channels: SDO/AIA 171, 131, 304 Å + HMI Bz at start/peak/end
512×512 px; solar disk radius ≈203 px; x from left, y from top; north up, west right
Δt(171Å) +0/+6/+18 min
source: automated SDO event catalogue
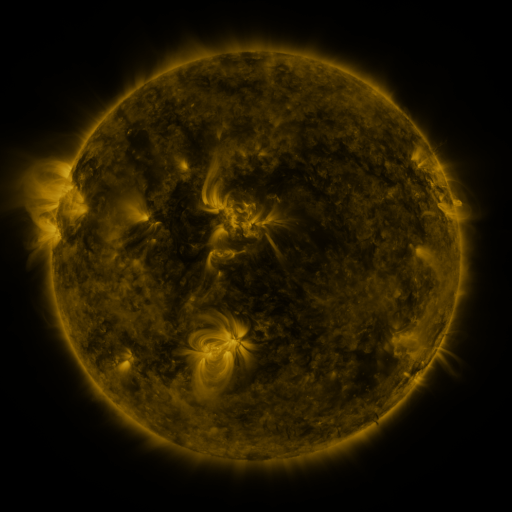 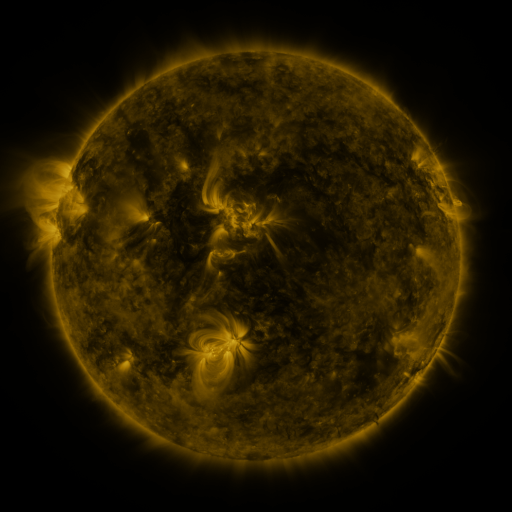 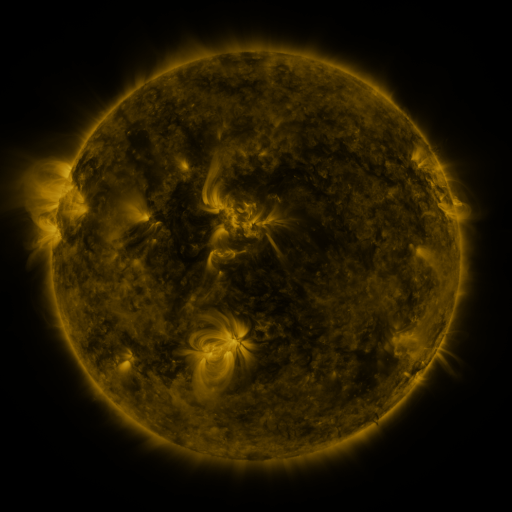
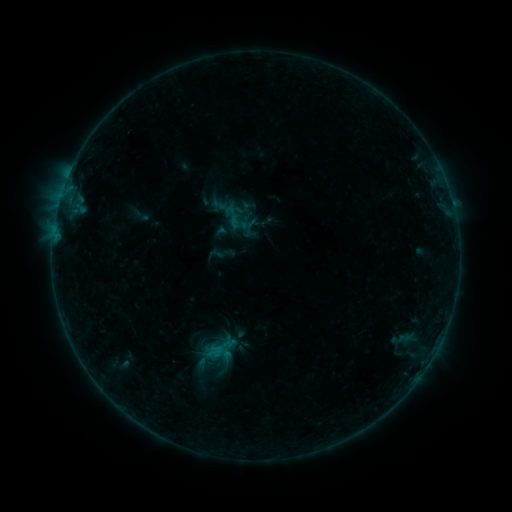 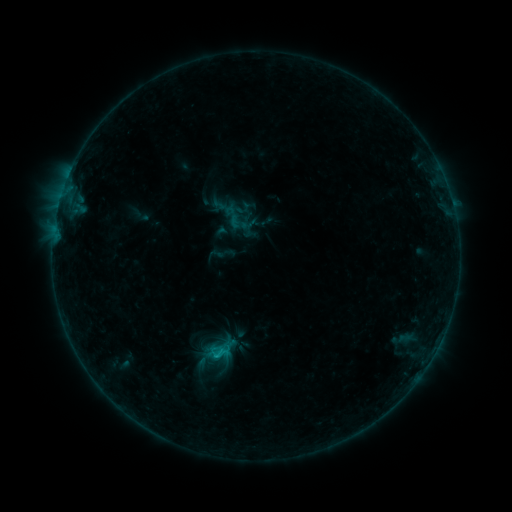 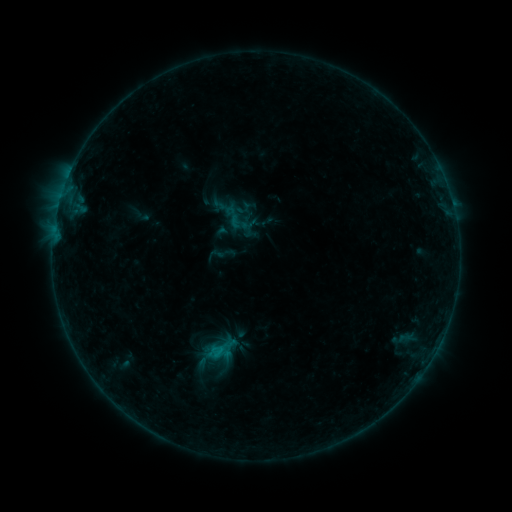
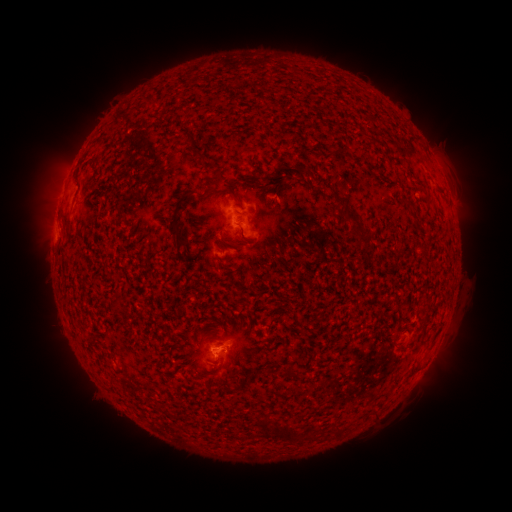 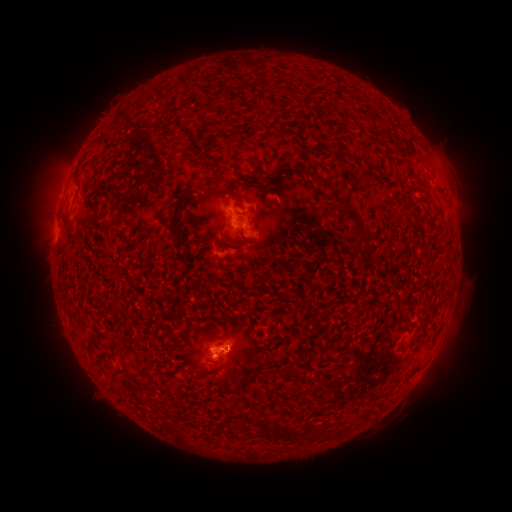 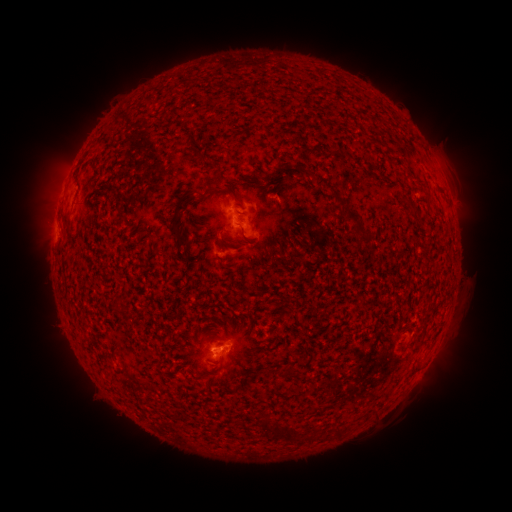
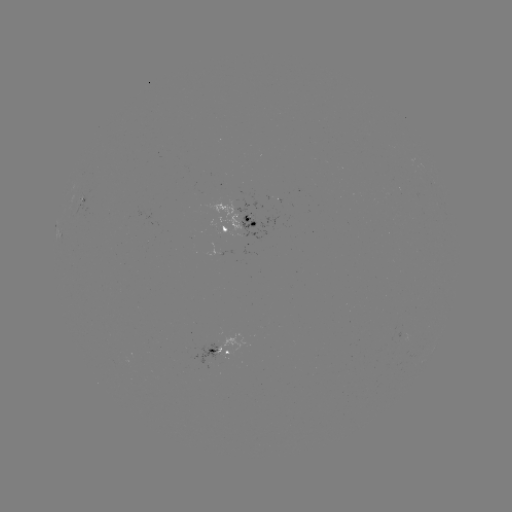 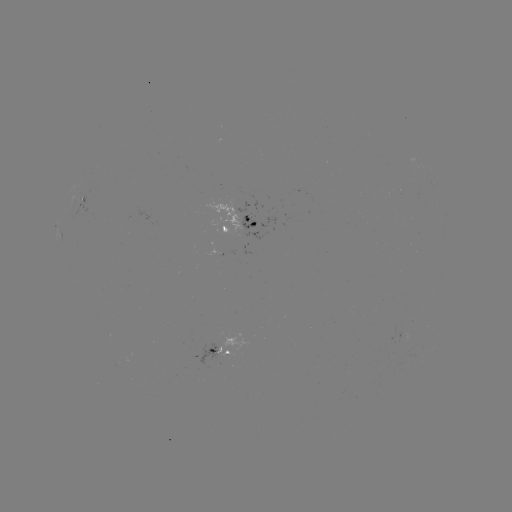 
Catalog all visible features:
B6.1 flare: (219, 354)
